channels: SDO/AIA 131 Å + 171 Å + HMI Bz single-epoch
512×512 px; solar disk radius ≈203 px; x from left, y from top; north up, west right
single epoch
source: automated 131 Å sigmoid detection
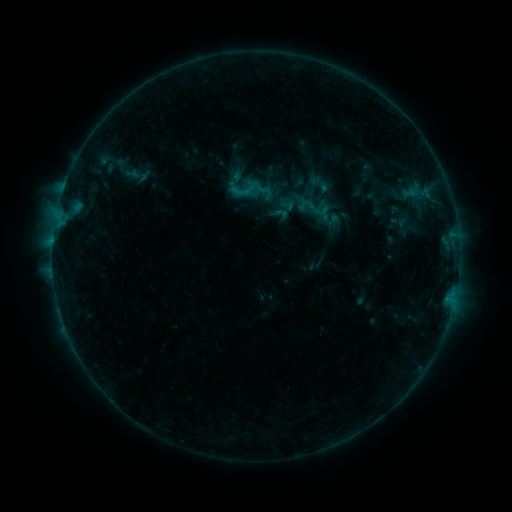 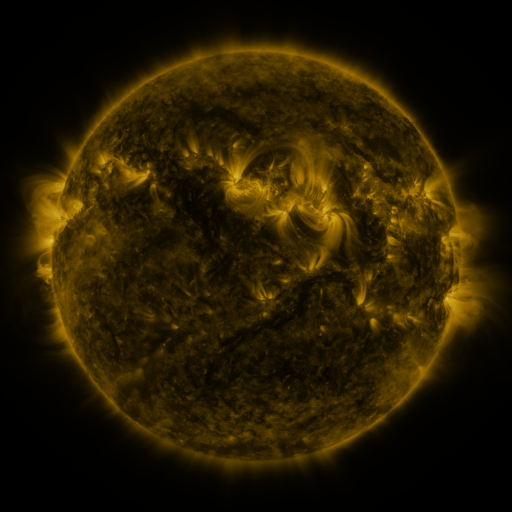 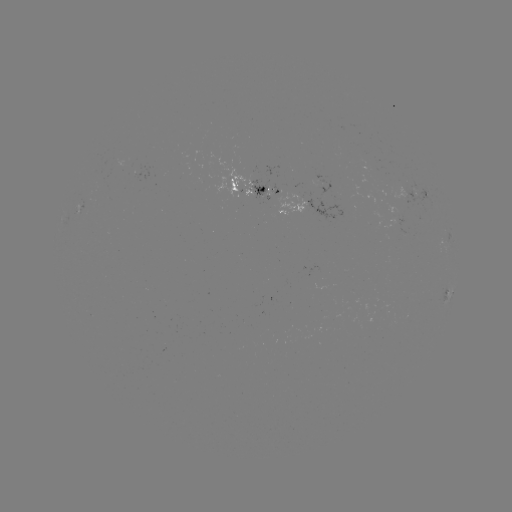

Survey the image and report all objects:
sigmoid: (280, 214)
